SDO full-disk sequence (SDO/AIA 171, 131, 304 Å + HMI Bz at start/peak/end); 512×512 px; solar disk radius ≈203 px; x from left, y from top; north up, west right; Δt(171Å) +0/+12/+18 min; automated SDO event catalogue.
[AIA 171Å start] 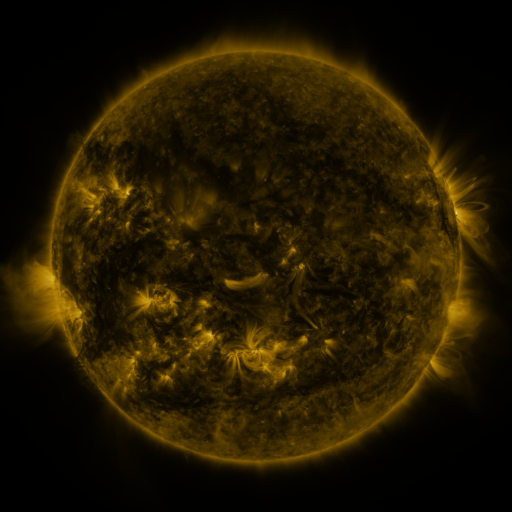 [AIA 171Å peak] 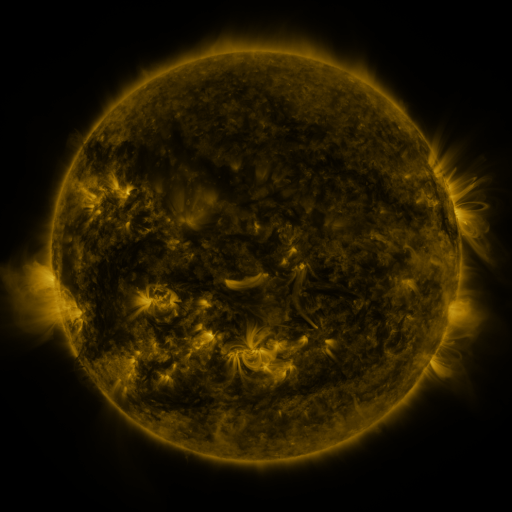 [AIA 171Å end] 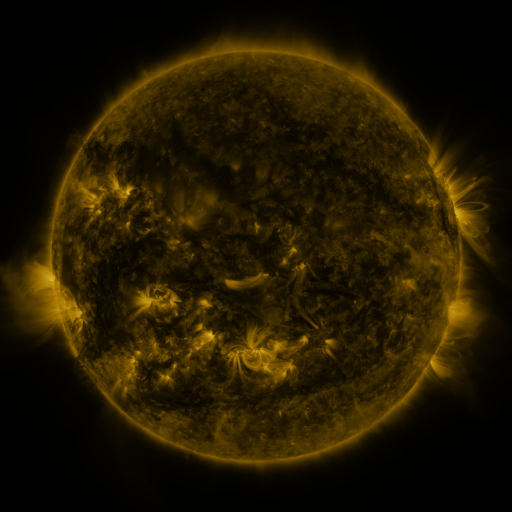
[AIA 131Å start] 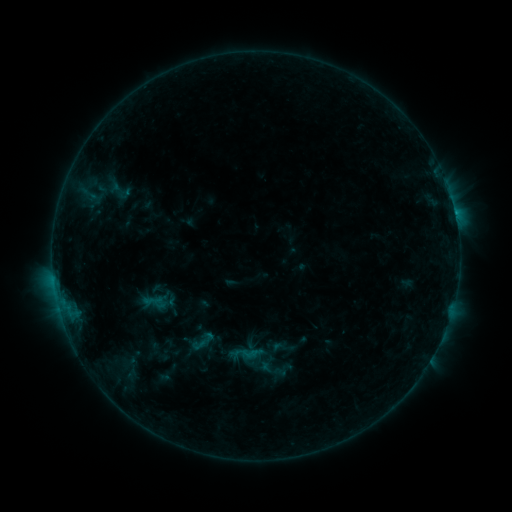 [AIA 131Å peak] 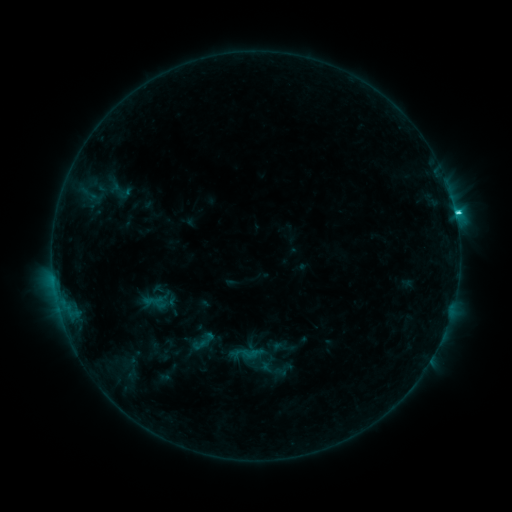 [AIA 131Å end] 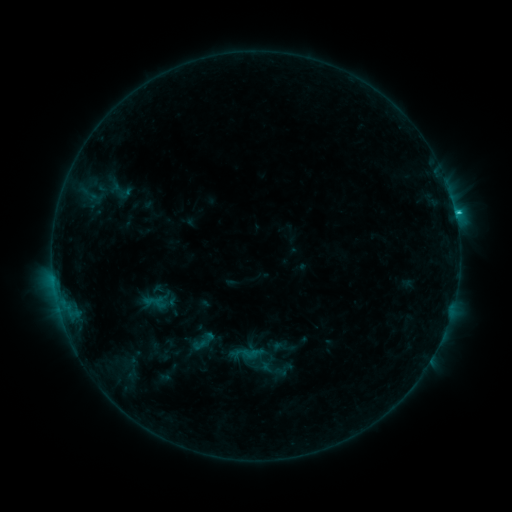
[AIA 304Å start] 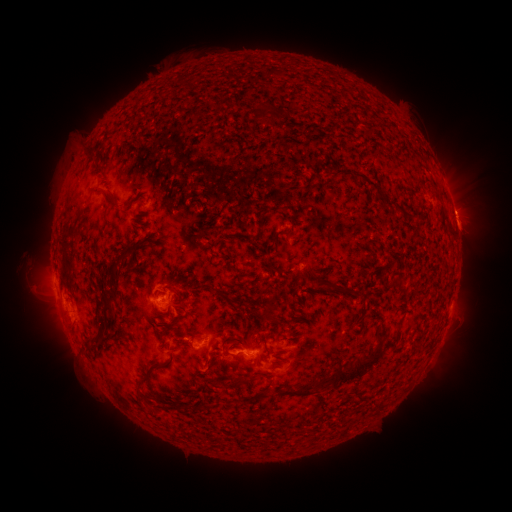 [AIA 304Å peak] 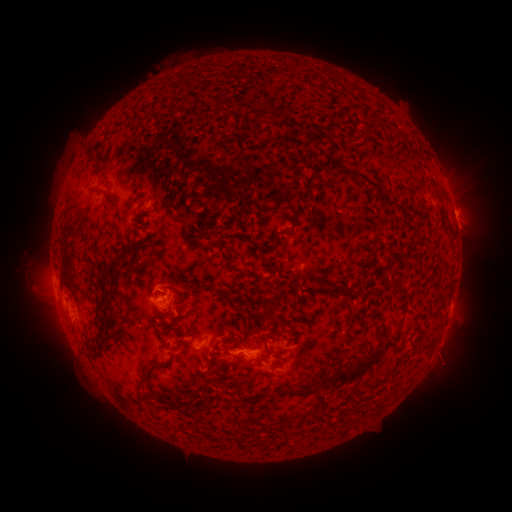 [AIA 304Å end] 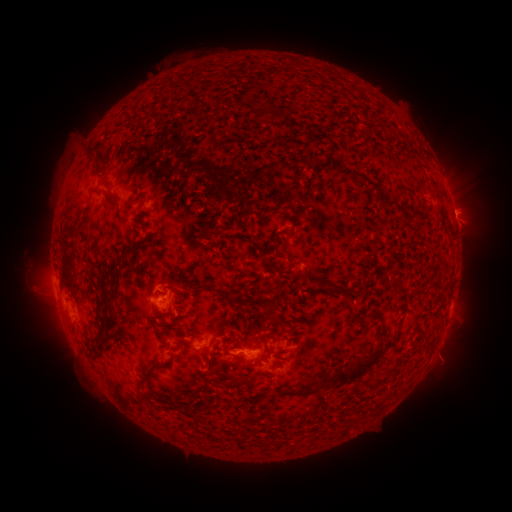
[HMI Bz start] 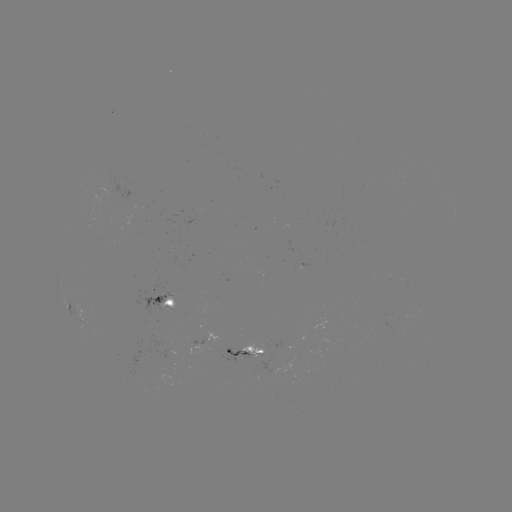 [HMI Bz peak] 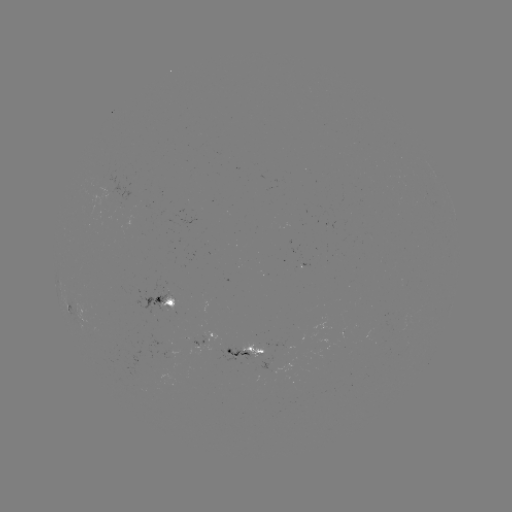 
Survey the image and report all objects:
C2.8 flare: (454, 214)
